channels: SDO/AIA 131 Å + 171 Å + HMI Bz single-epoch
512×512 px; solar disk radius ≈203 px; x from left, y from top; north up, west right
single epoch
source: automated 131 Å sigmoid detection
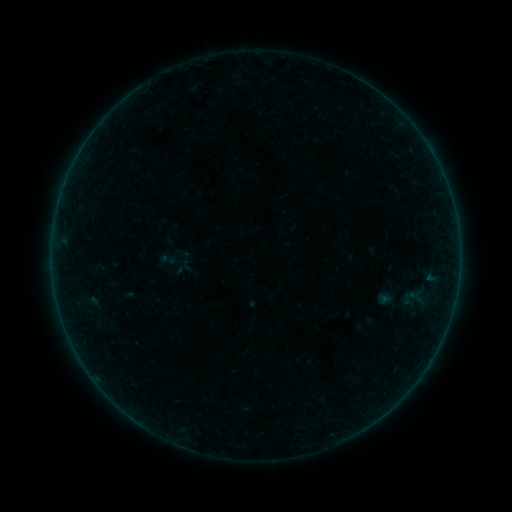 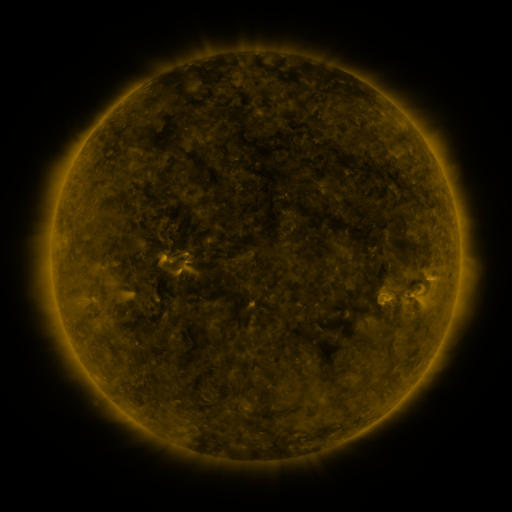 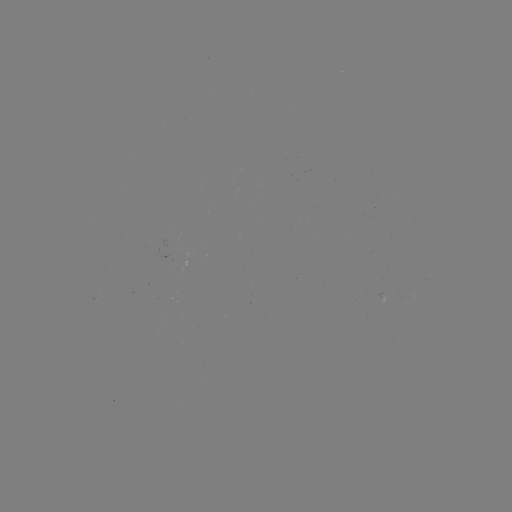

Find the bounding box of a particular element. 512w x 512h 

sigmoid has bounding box [158, 250, 177, 271].